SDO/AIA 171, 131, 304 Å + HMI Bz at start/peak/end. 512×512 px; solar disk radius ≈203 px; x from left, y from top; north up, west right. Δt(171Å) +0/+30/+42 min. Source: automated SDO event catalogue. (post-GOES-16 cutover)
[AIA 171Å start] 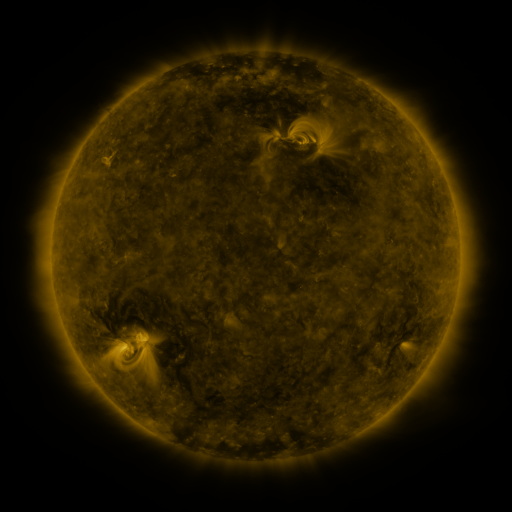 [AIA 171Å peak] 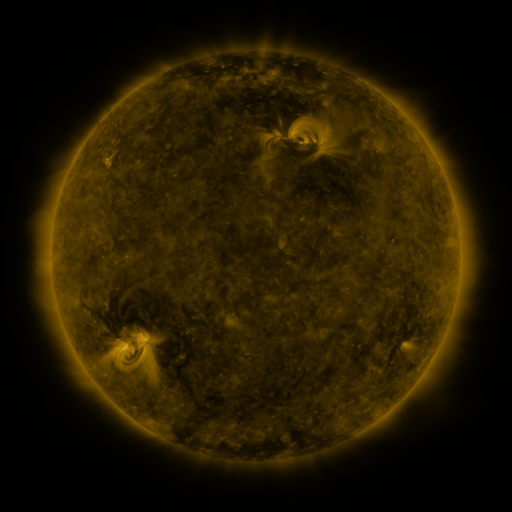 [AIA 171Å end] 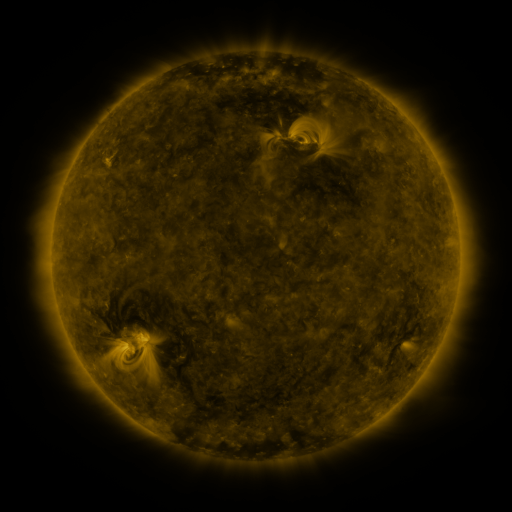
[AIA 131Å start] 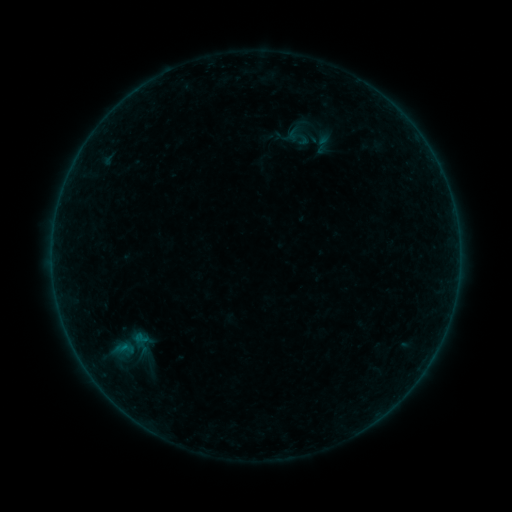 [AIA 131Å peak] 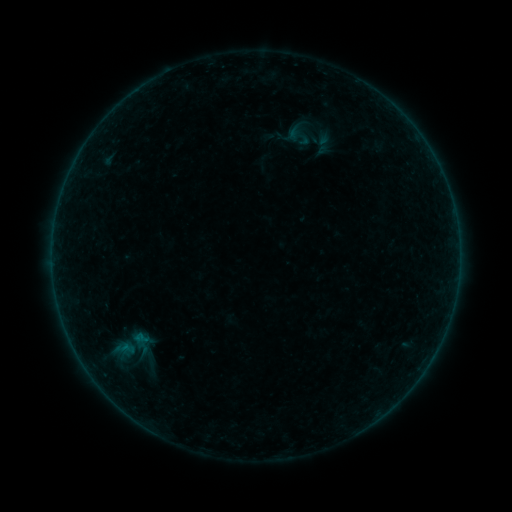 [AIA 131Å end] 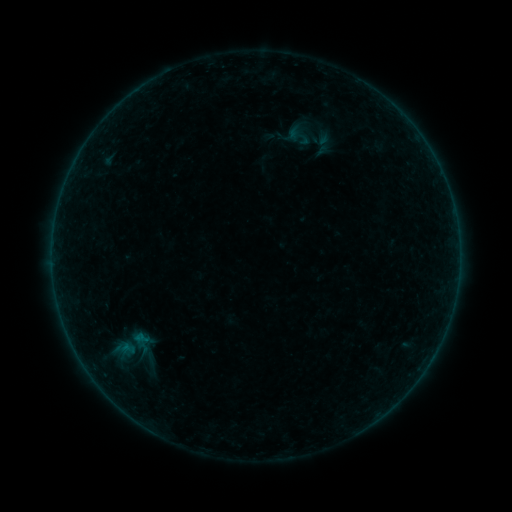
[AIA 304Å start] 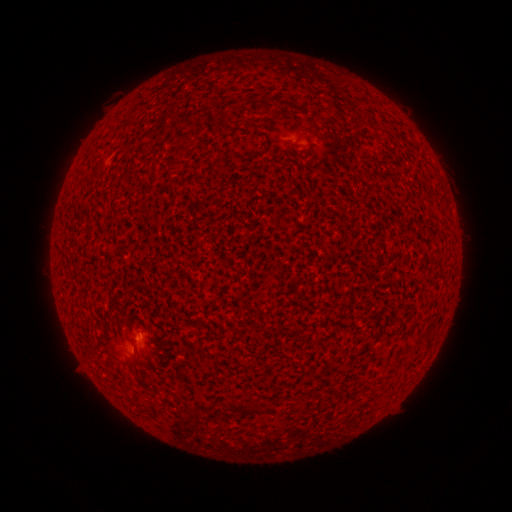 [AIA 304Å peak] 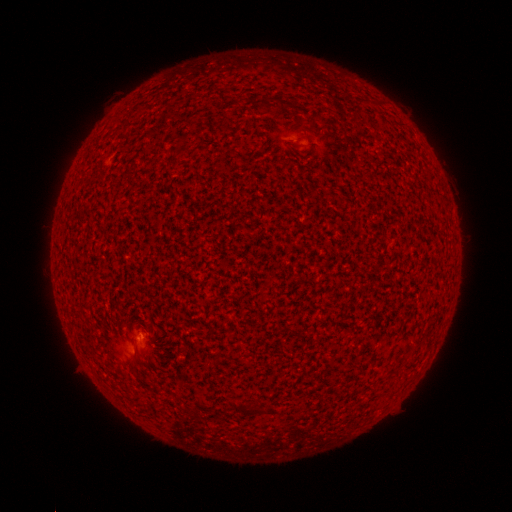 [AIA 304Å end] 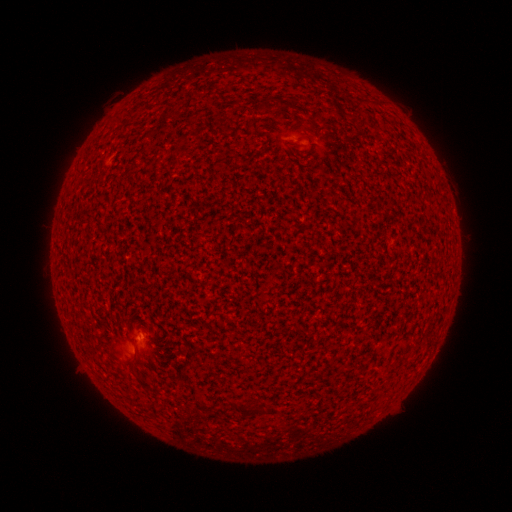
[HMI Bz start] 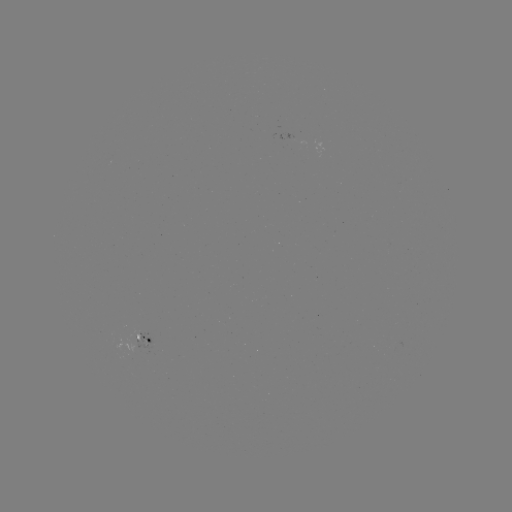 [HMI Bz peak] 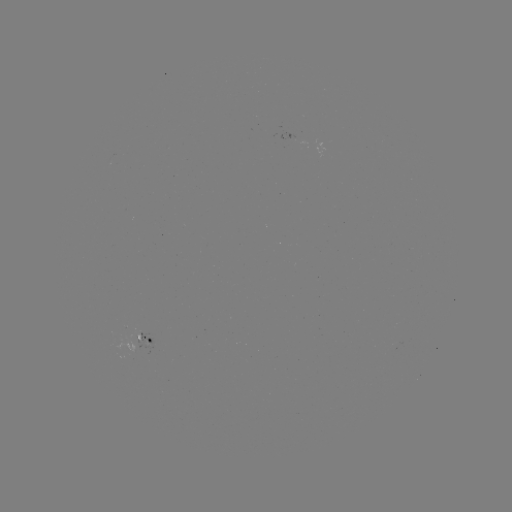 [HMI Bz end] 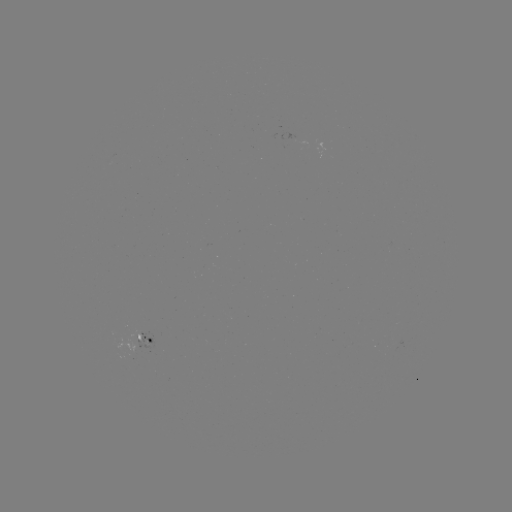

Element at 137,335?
A7.4 flare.